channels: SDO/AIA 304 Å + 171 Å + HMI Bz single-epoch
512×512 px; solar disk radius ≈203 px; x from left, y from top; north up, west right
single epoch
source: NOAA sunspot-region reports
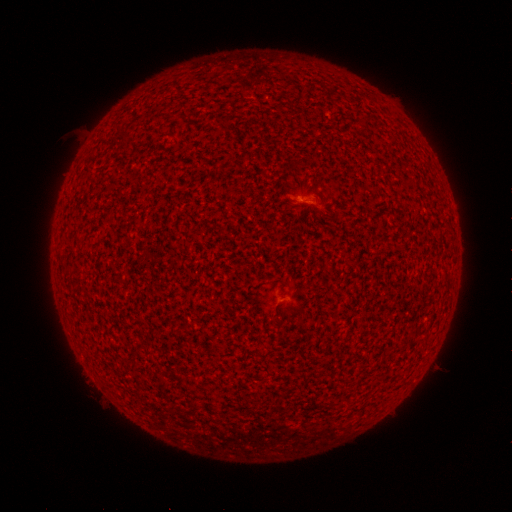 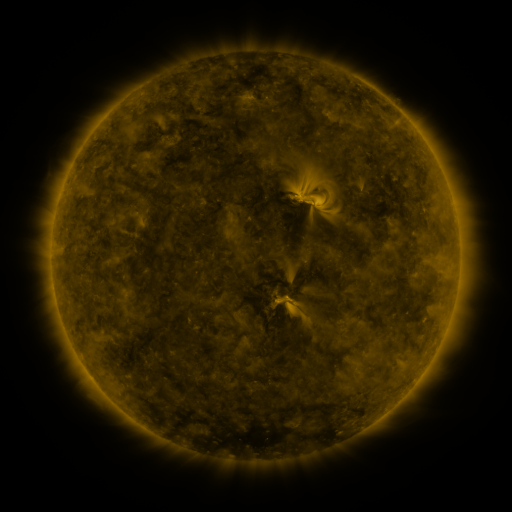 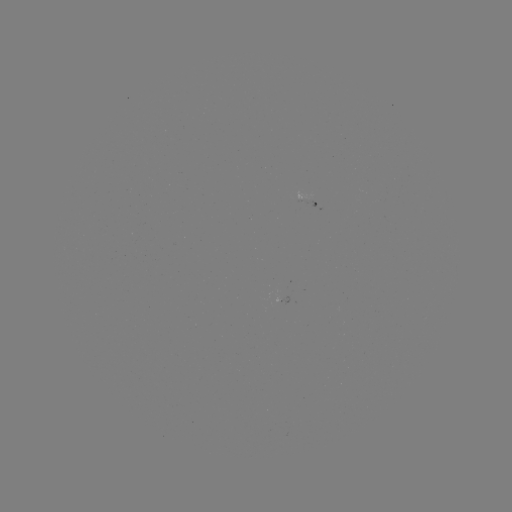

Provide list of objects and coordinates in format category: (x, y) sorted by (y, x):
(none)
